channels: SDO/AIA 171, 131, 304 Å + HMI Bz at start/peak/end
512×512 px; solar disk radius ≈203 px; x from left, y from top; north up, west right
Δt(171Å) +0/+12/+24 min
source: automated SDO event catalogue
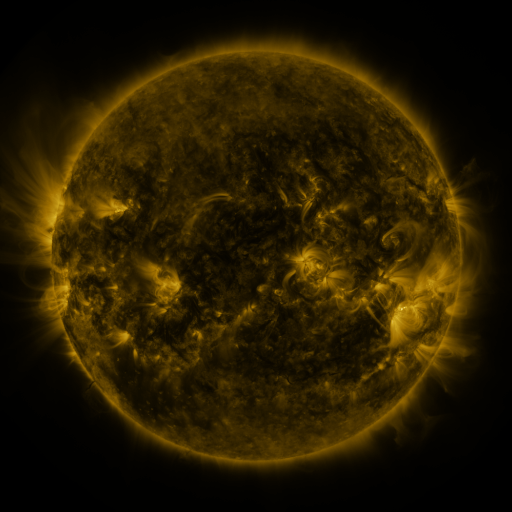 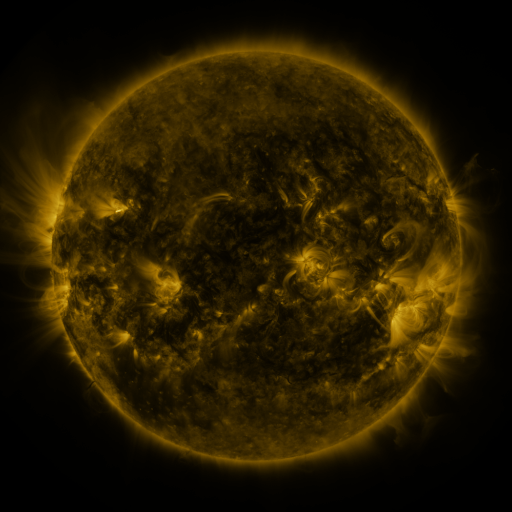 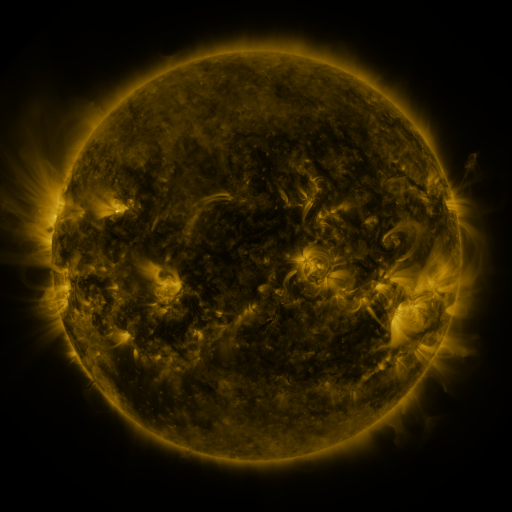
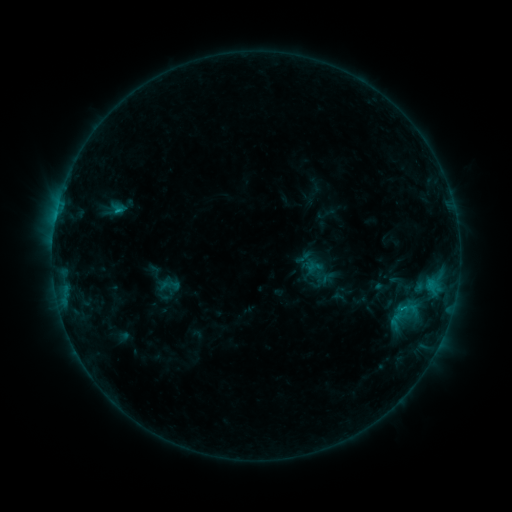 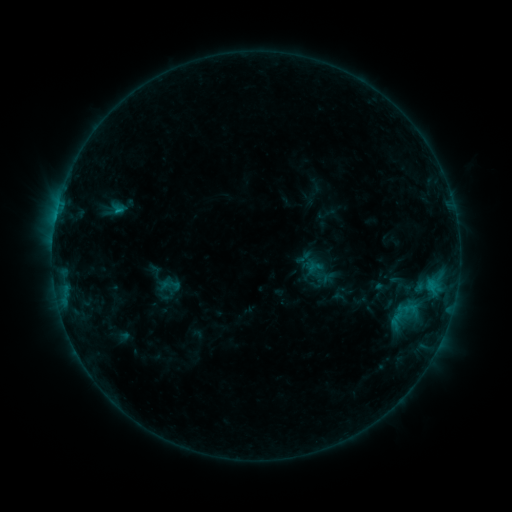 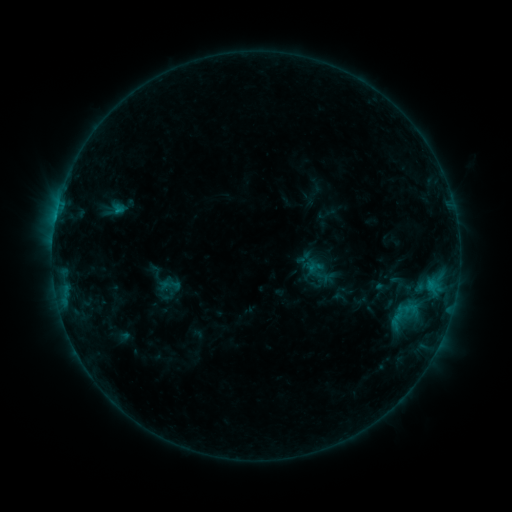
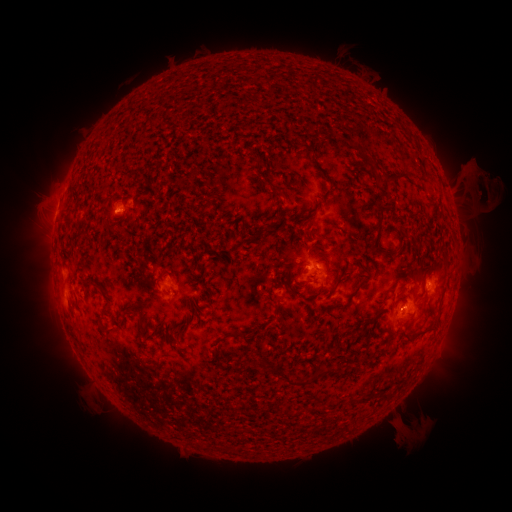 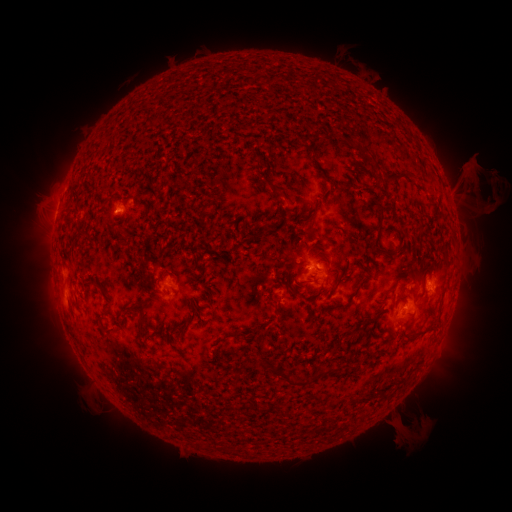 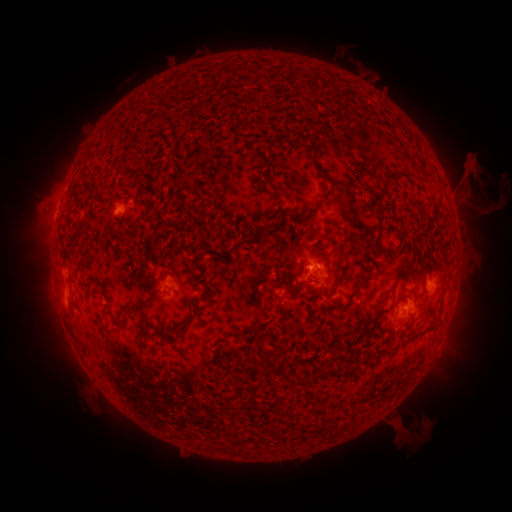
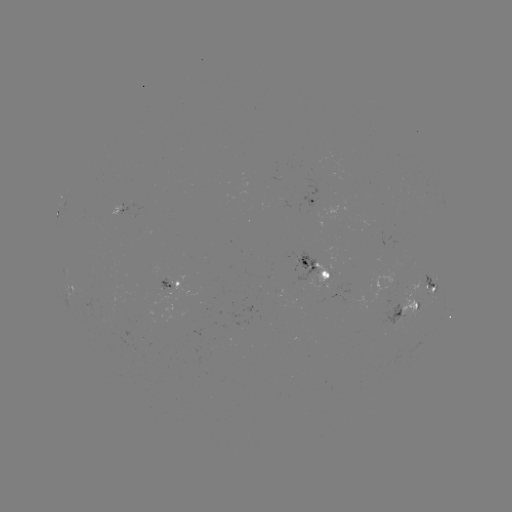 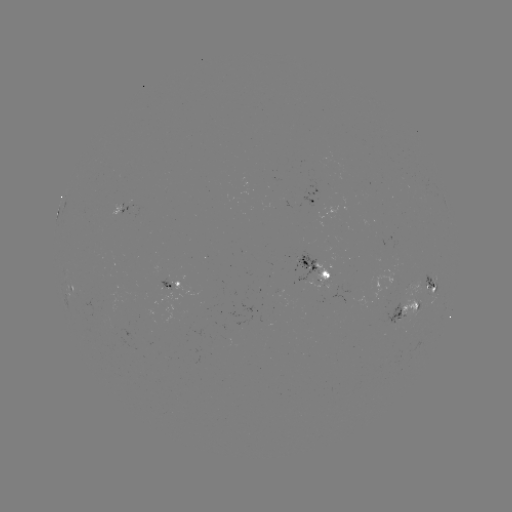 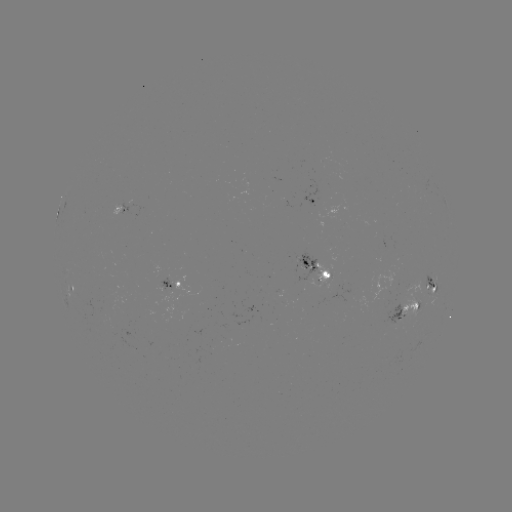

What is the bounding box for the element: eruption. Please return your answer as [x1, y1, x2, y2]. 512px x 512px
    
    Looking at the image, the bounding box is [463, 168, 505, 210].